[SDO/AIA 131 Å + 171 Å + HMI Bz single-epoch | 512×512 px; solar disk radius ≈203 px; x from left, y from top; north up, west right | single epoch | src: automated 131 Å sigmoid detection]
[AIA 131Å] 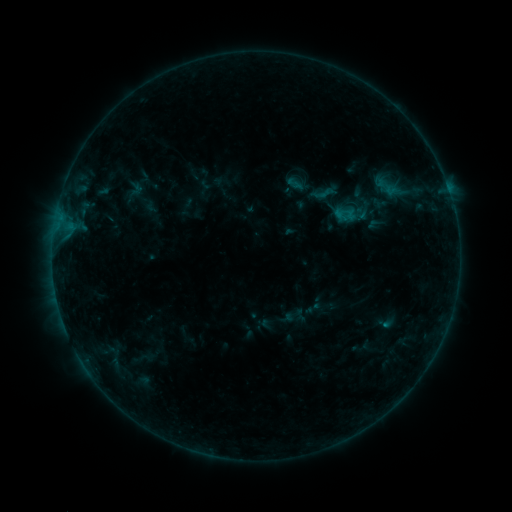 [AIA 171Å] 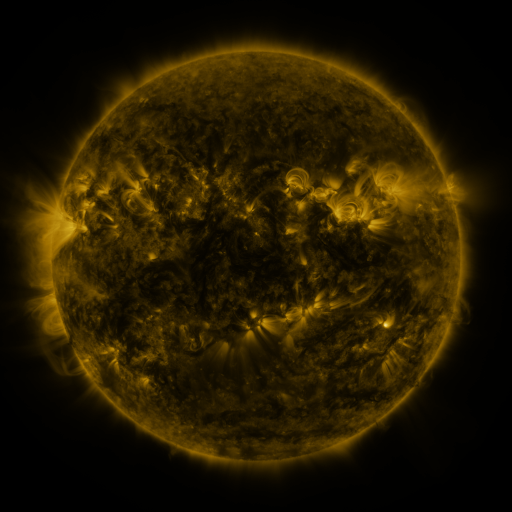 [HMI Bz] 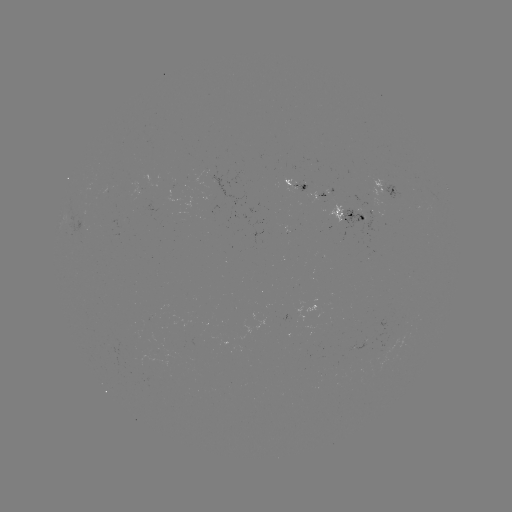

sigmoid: [312, 183, 337, 204]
